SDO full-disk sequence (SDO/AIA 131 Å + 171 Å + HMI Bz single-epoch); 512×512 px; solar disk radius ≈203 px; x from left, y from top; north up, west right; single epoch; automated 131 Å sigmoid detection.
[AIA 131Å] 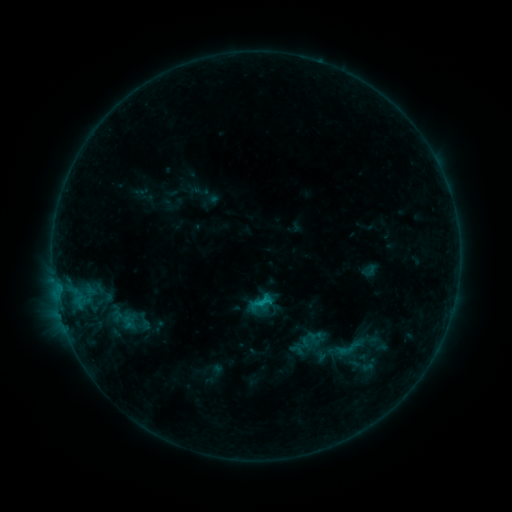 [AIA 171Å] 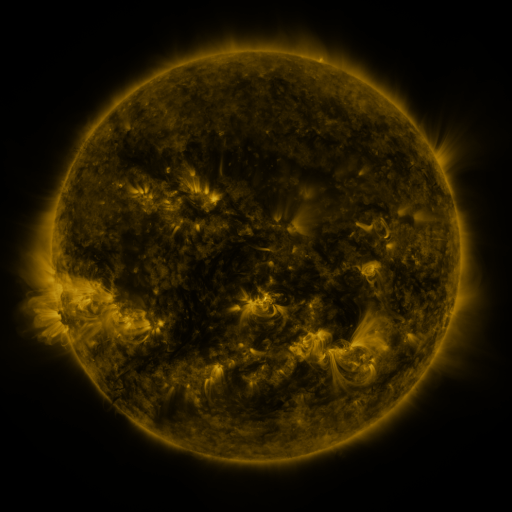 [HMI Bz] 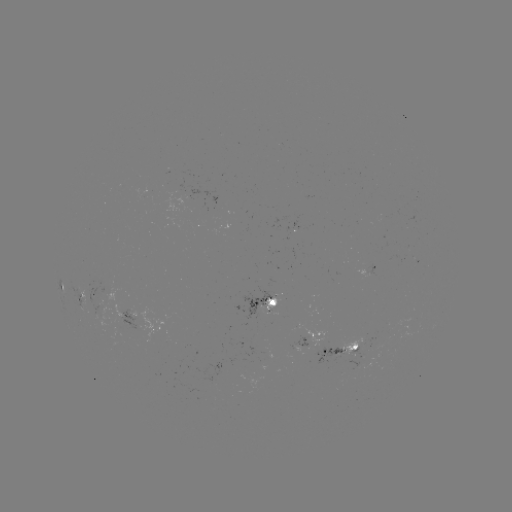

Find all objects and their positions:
sigmoid: (300, 329, 320, 349)
sigmoid: (319, 329, 356, 366)
